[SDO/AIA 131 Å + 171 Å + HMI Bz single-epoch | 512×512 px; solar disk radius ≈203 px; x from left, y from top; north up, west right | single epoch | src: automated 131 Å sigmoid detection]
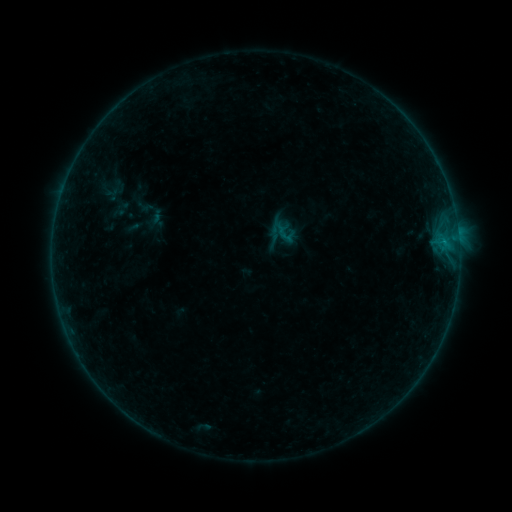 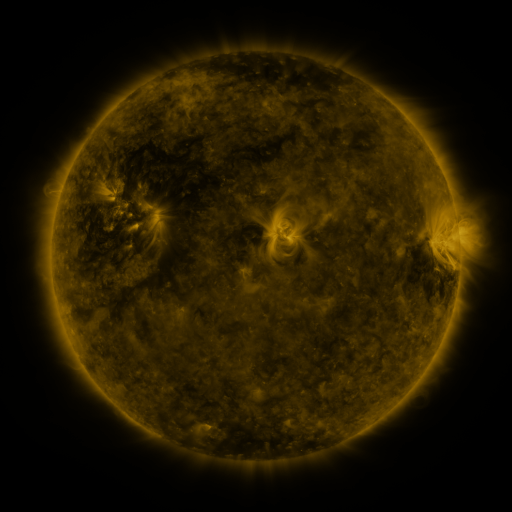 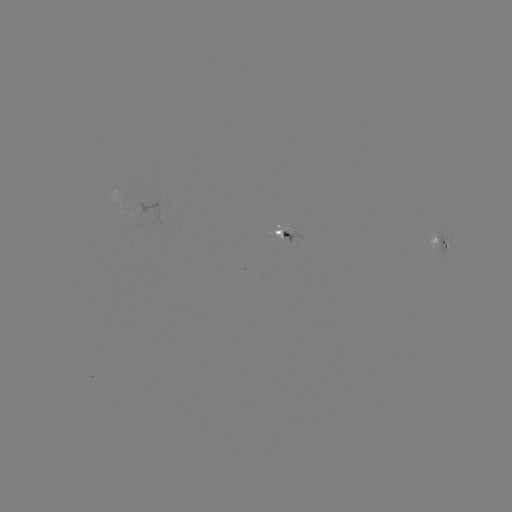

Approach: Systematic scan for sigmoid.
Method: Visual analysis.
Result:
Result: sigmoid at [284, 234].